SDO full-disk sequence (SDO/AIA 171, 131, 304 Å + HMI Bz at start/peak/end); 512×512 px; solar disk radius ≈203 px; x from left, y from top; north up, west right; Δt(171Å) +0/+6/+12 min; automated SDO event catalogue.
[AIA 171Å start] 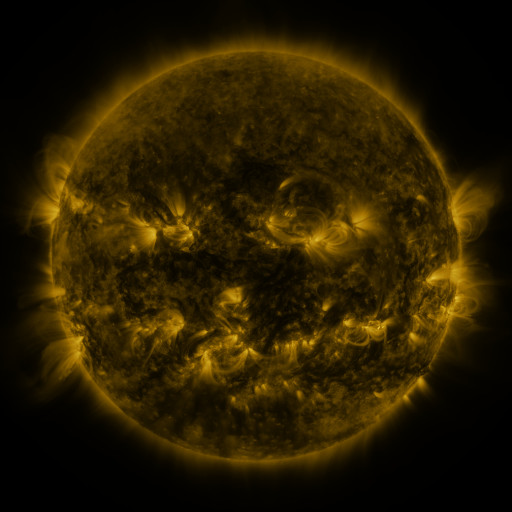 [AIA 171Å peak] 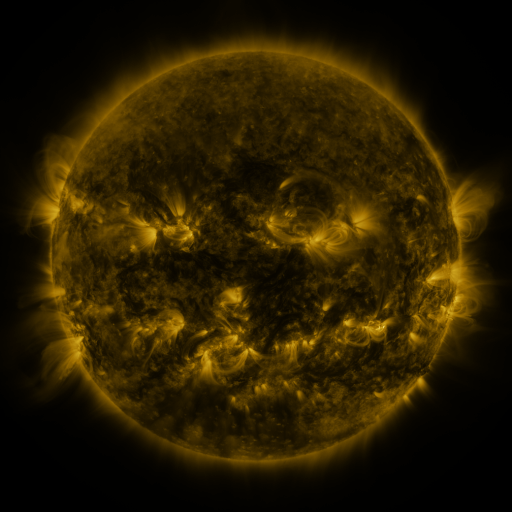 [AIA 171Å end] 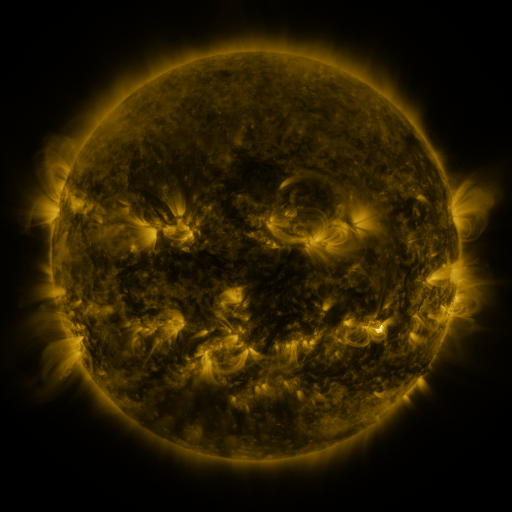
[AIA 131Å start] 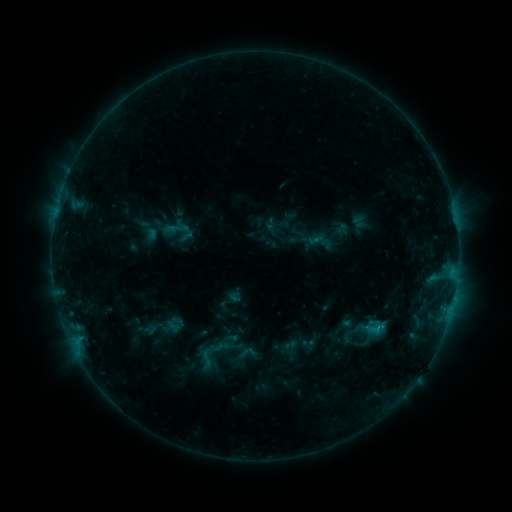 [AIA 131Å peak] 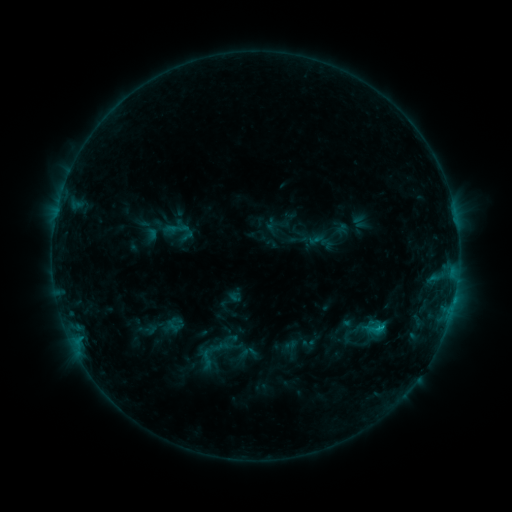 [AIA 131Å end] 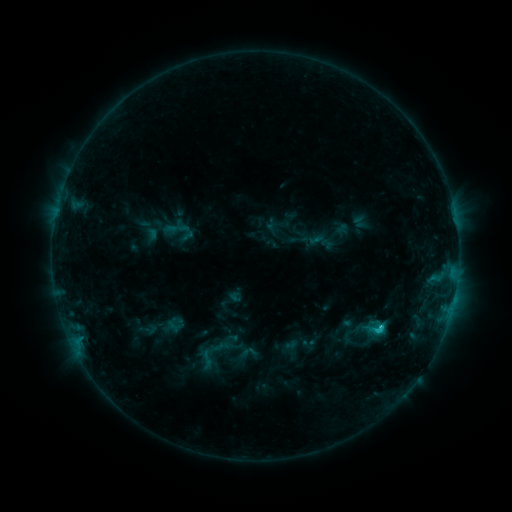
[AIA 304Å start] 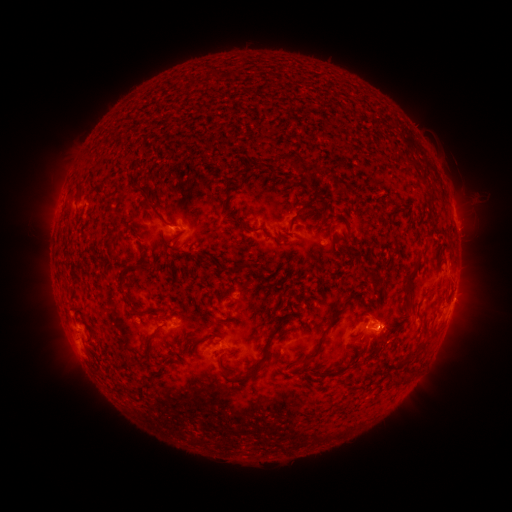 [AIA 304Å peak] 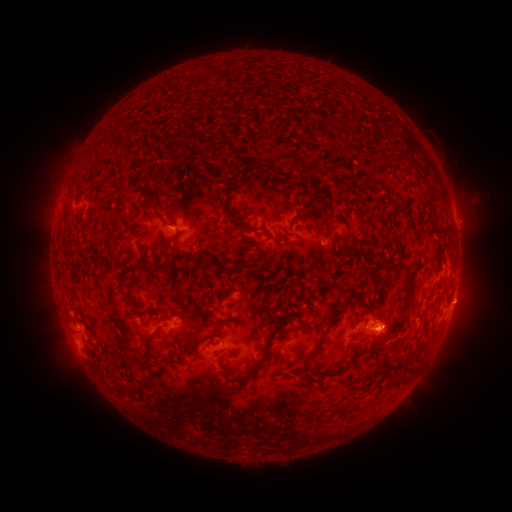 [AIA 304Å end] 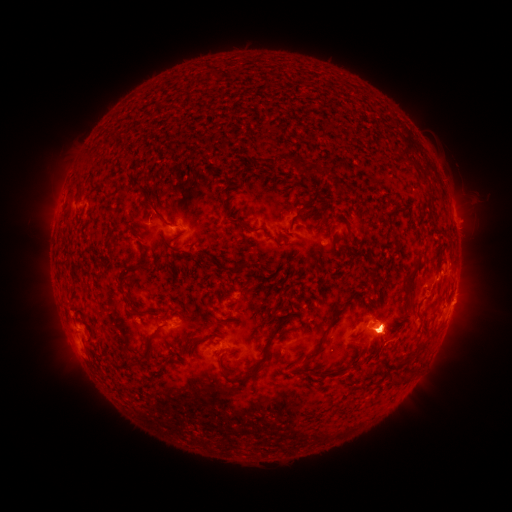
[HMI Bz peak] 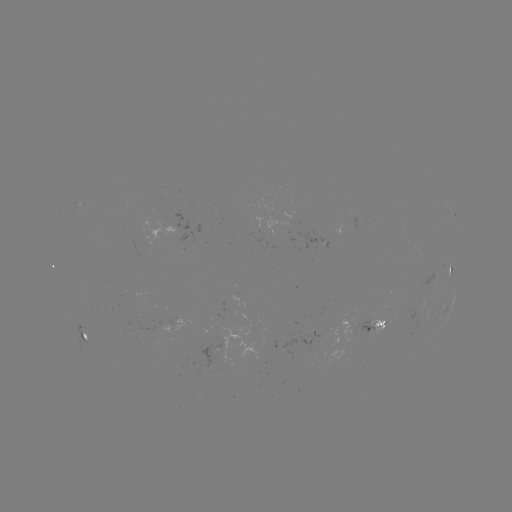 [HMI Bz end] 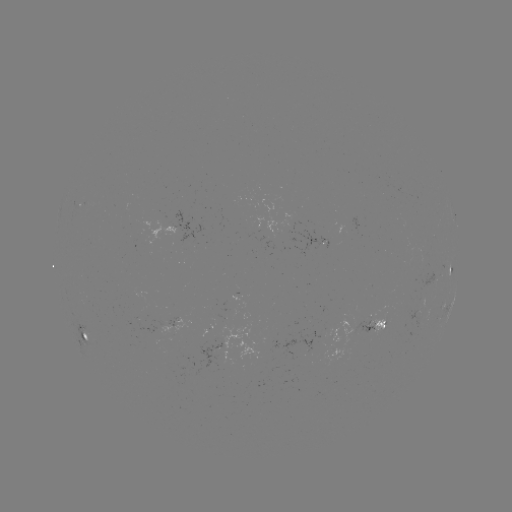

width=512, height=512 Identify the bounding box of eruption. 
[440, 278, 488, 325].